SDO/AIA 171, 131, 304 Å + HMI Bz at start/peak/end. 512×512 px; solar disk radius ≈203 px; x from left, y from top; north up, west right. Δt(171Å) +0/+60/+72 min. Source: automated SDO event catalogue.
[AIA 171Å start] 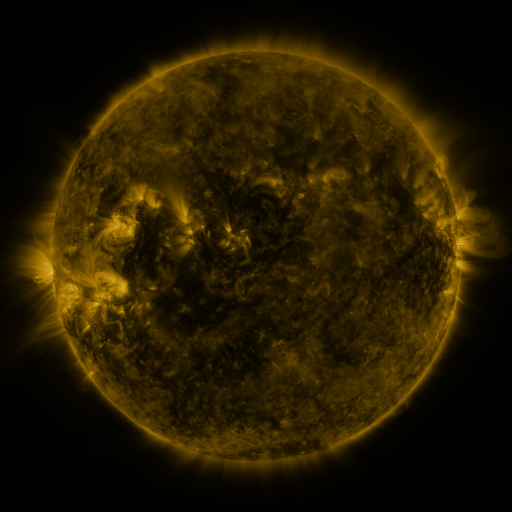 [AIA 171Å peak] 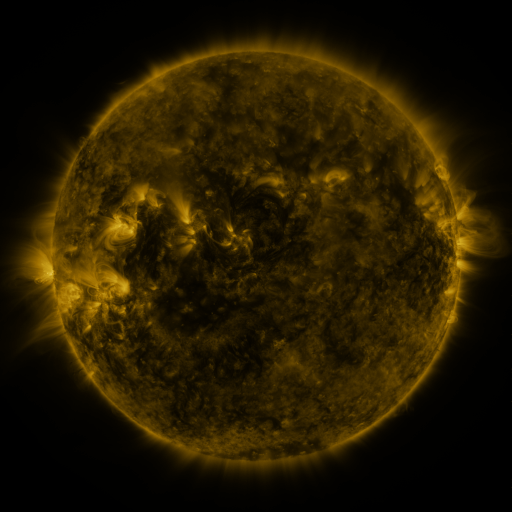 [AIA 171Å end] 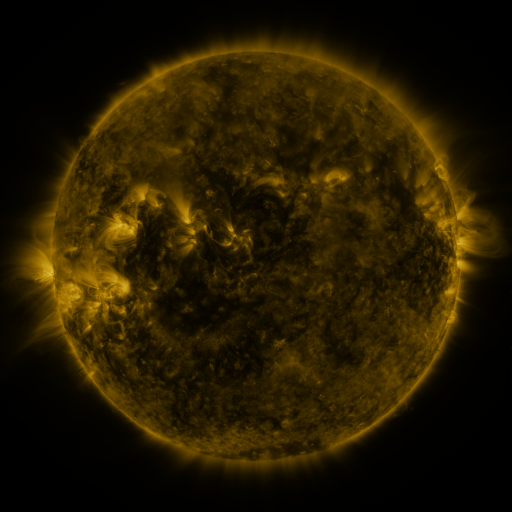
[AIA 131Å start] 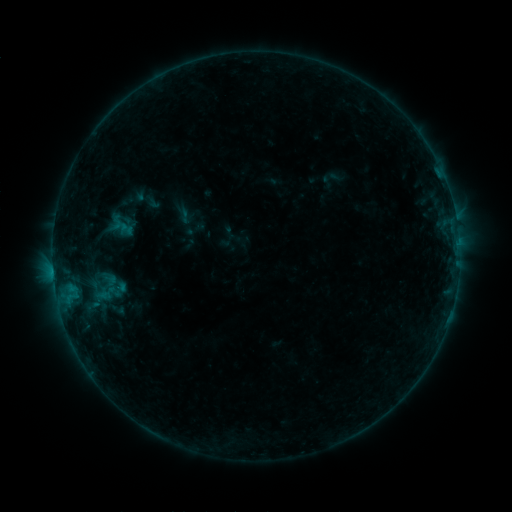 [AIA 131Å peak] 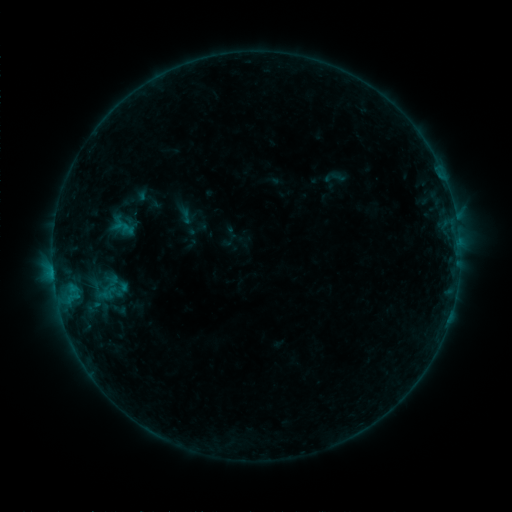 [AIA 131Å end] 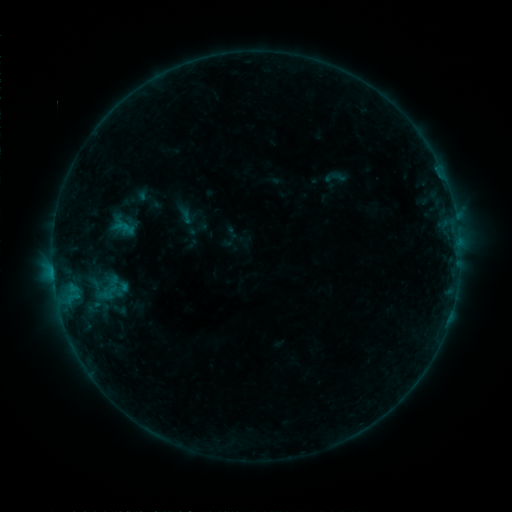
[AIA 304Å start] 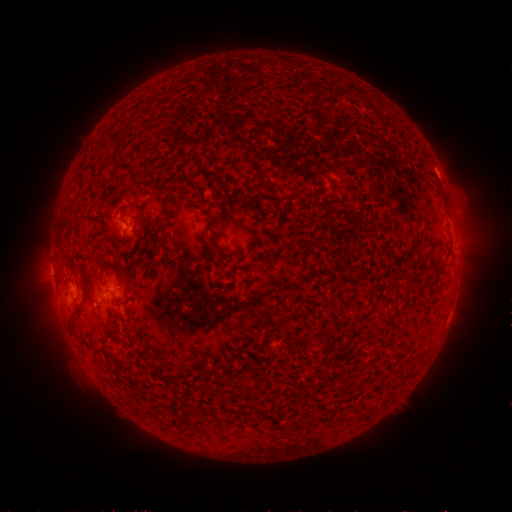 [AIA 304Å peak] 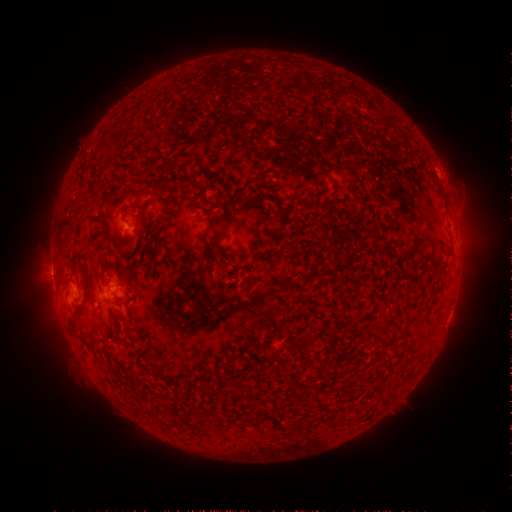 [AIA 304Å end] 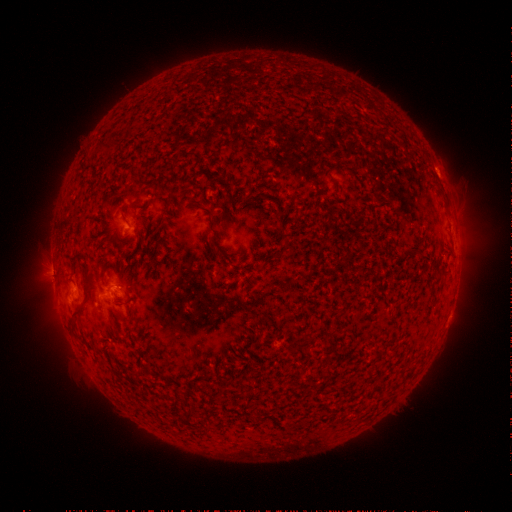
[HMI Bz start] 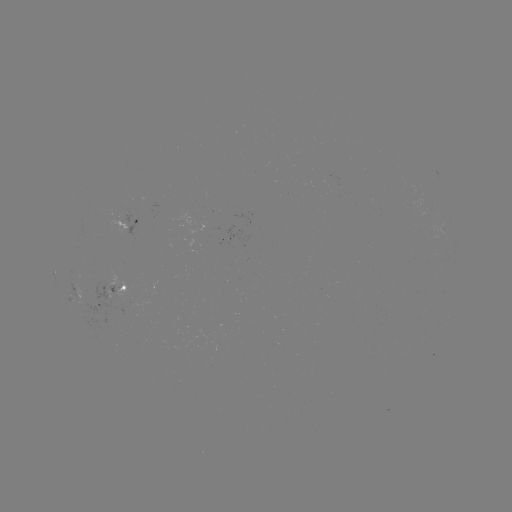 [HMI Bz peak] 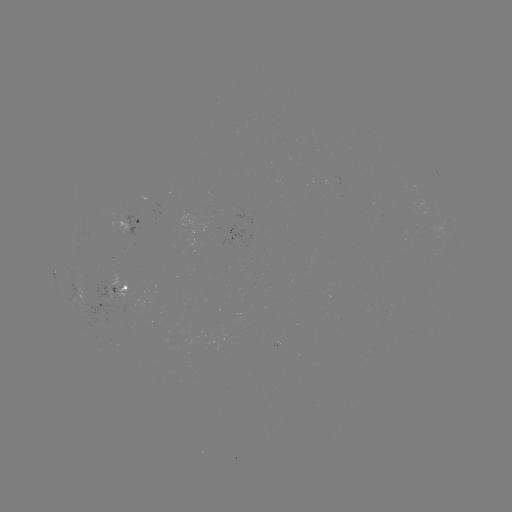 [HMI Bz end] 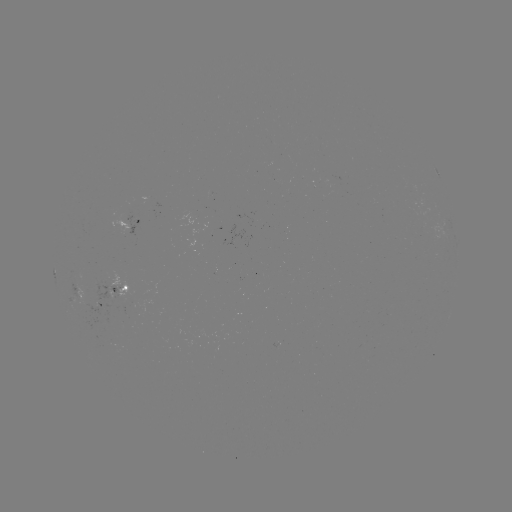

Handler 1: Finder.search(emerging-flux region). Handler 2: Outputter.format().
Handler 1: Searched emerging-flux region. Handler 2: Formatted [147, 198].